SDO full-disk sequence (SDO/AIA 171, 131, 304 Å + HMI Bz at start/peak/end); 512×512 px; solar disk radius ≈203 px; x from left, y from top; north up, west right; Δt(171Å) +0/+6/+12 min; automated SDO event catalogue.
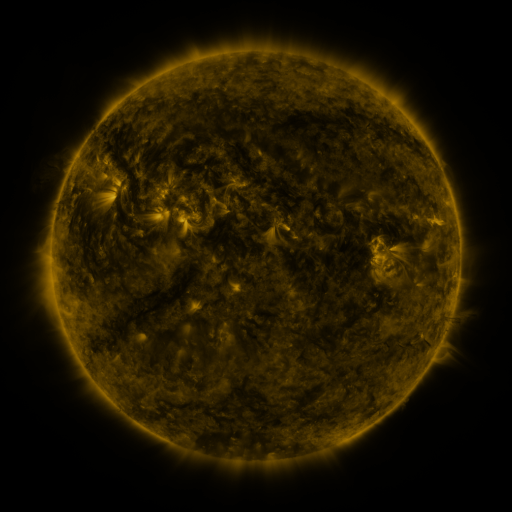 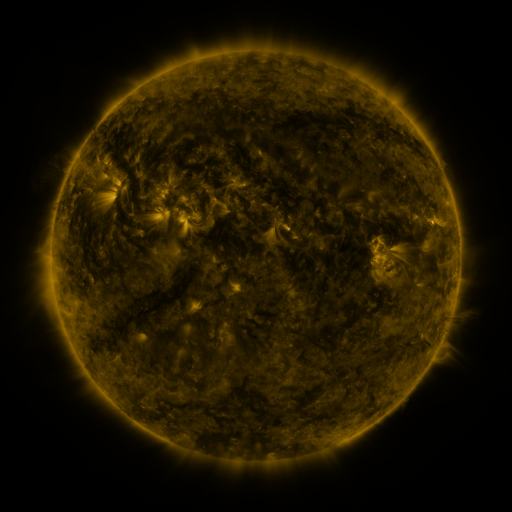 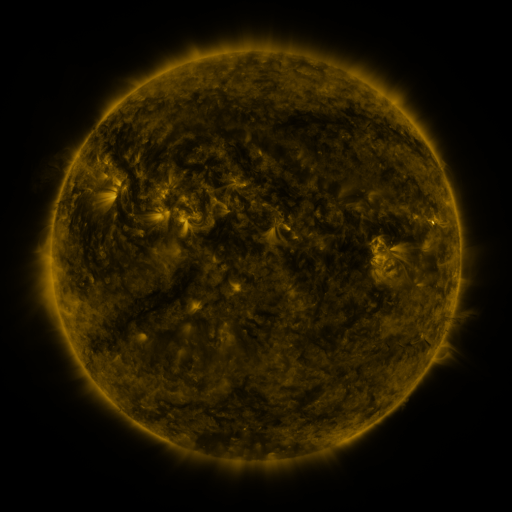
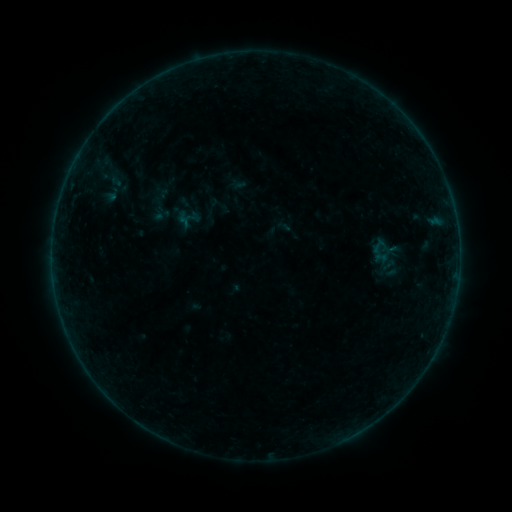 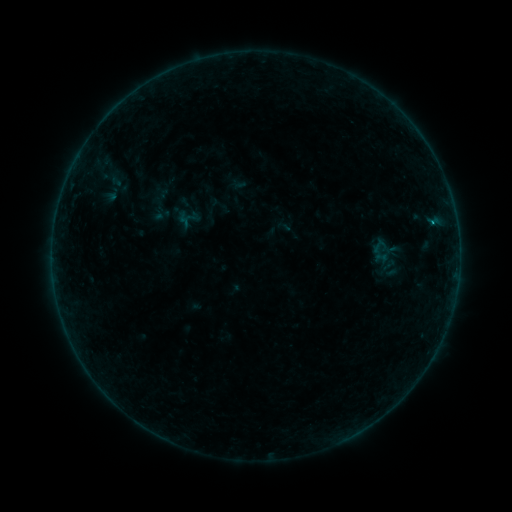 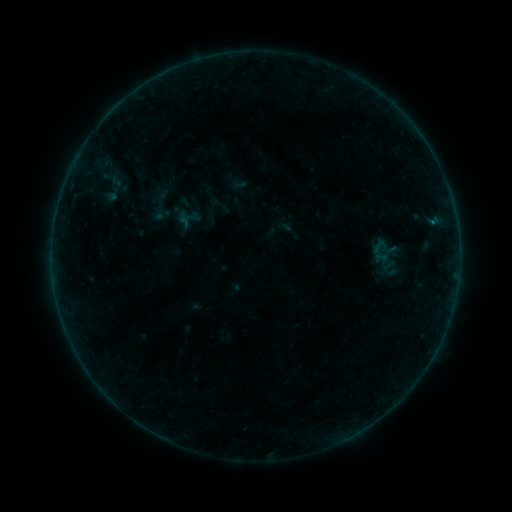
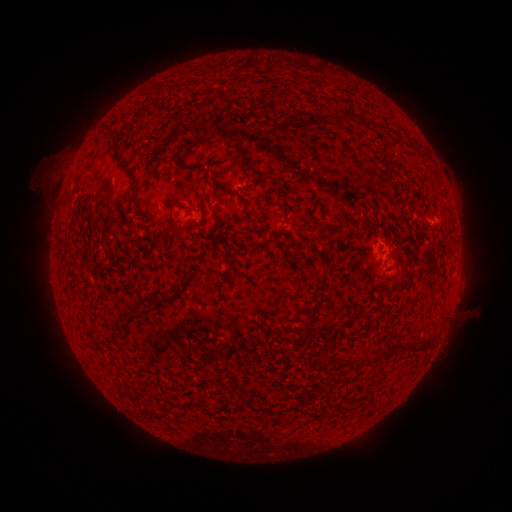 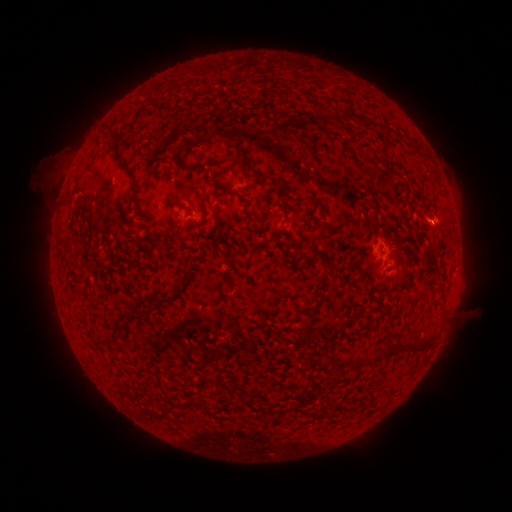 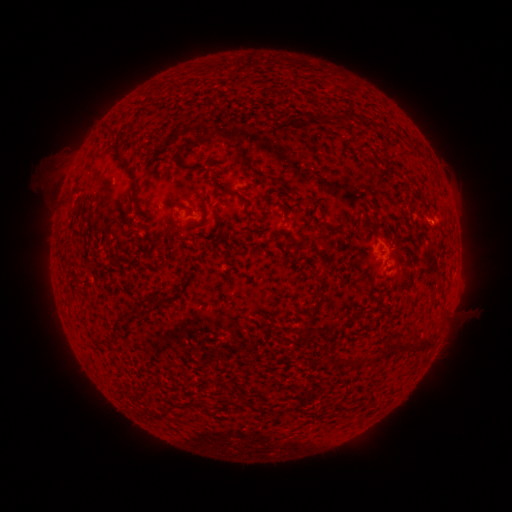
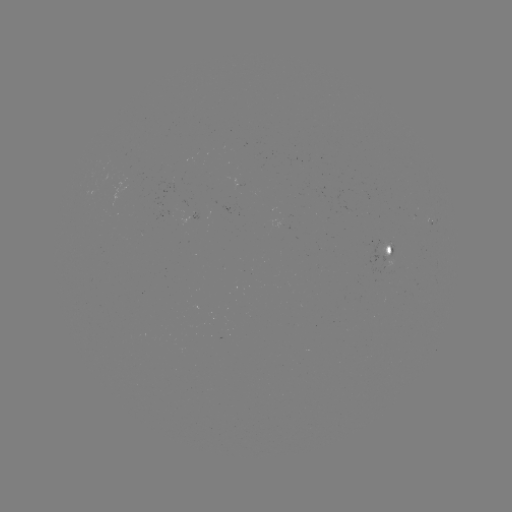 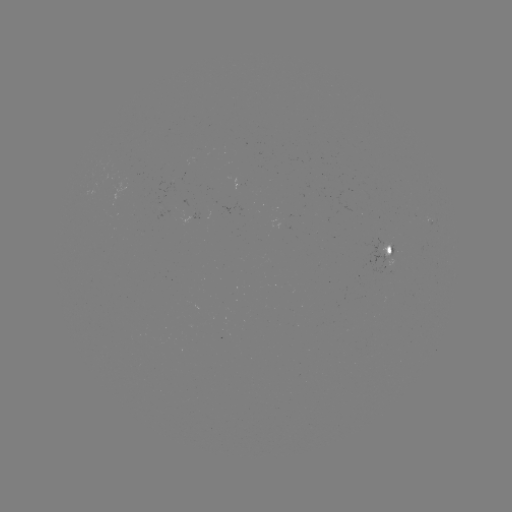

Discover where B2.1 flare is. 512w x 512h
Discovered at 431,223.